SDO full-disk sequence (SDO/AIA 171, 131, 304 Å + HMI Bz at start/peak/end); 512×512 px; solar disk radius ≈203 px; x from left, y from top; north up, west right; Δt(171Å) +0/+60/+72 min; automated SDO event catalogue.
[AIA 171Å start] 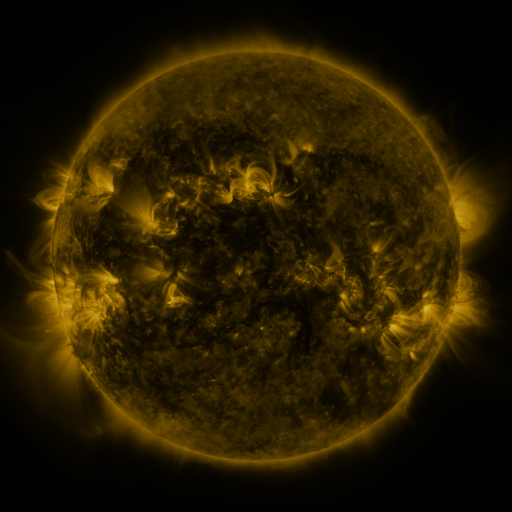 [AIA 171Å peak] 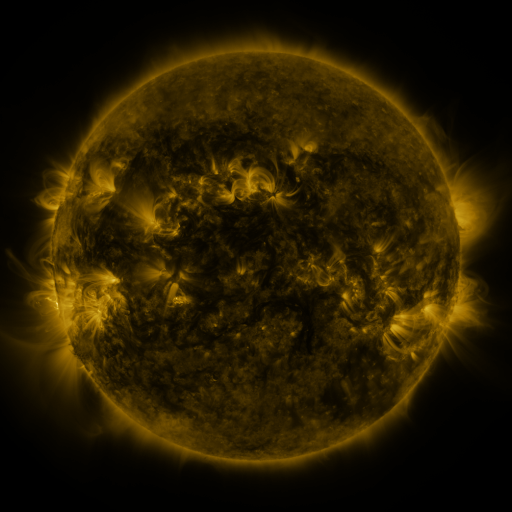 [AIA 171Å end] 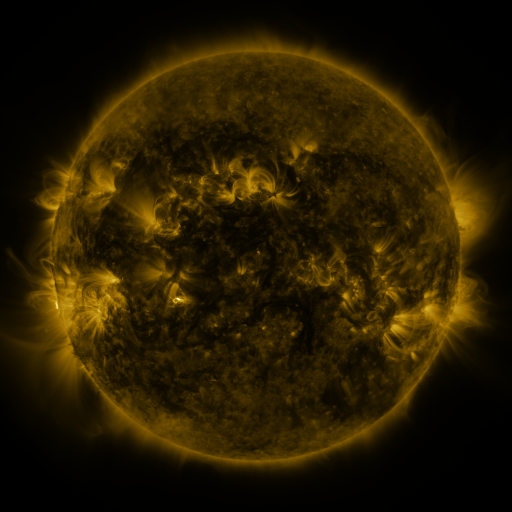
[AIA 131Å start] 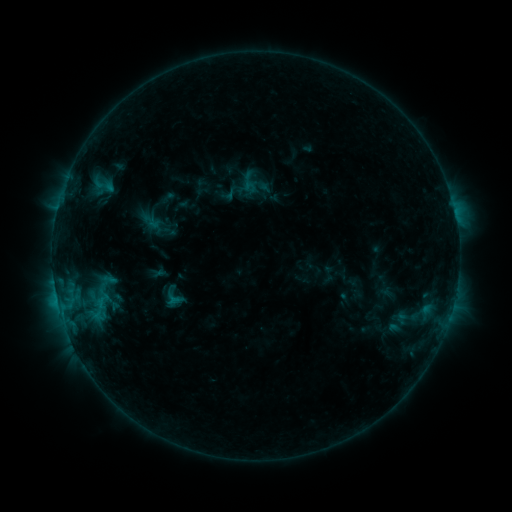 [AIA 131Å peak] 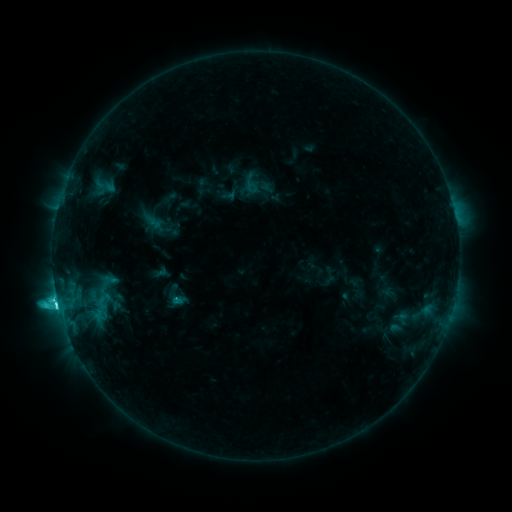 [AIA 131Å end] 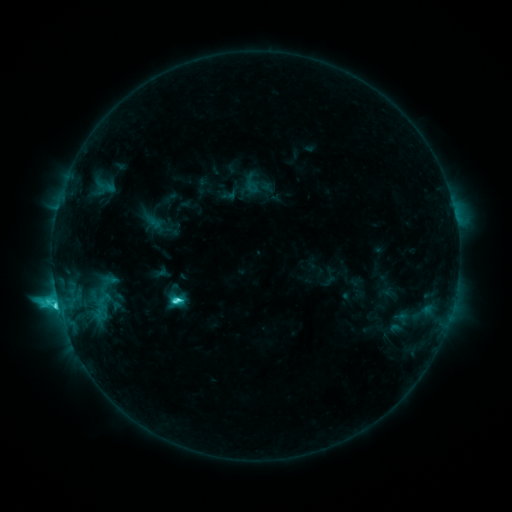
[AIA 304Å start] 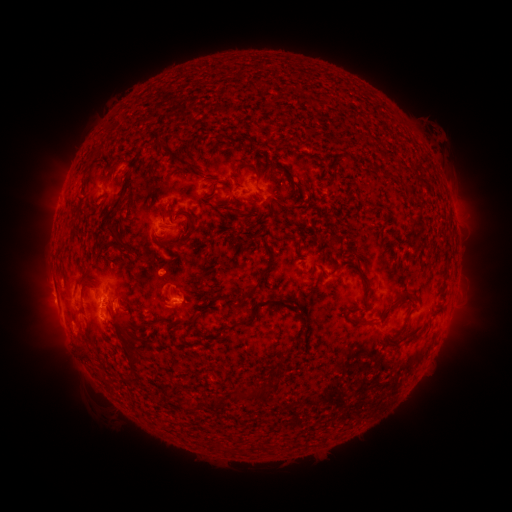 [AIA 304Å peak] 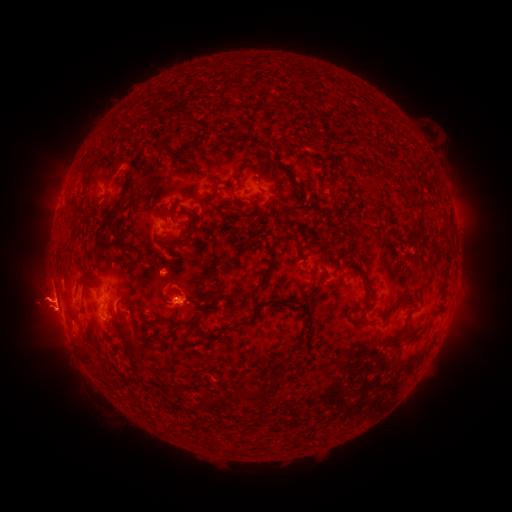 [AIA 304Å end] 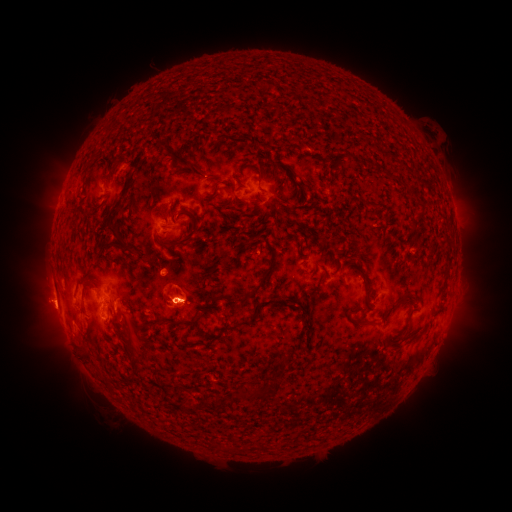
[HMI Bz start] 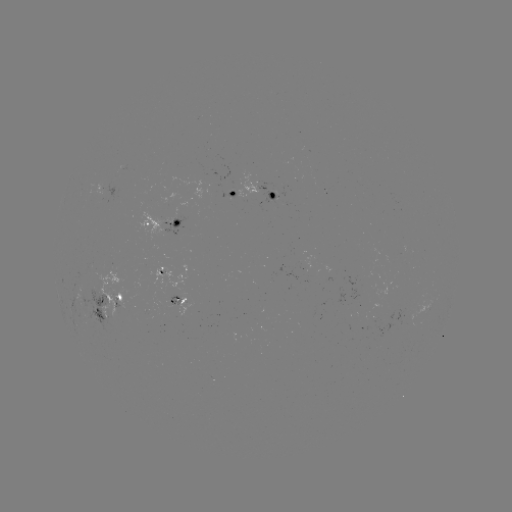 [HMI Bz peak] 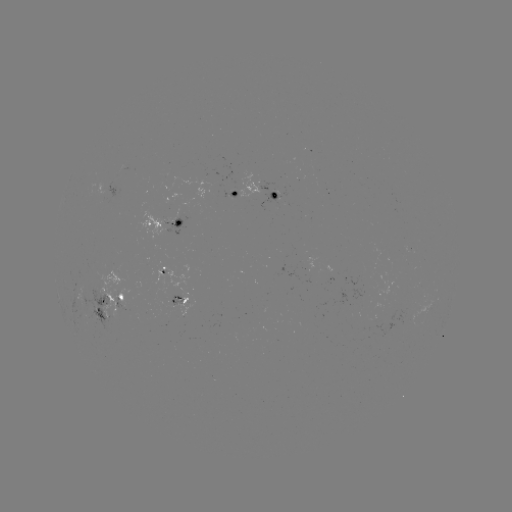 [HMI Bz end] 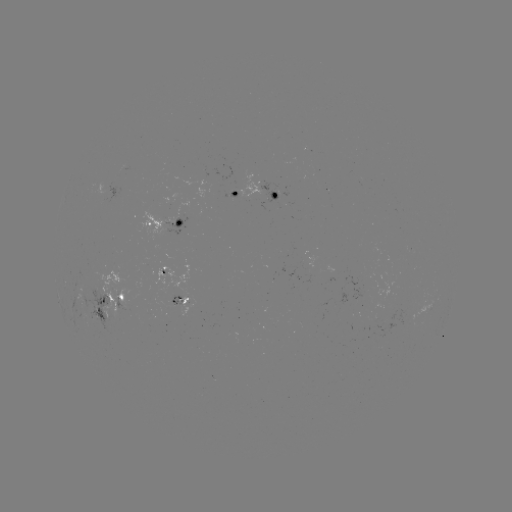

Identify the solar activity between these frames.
emerging-flux region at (103, 194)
